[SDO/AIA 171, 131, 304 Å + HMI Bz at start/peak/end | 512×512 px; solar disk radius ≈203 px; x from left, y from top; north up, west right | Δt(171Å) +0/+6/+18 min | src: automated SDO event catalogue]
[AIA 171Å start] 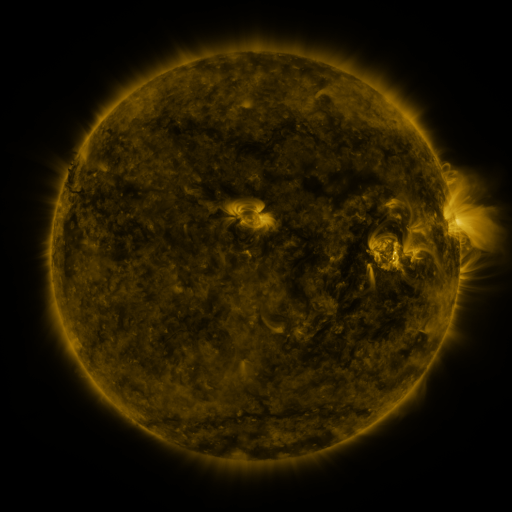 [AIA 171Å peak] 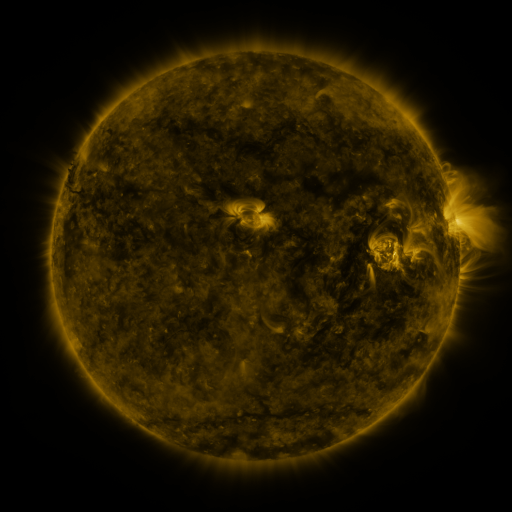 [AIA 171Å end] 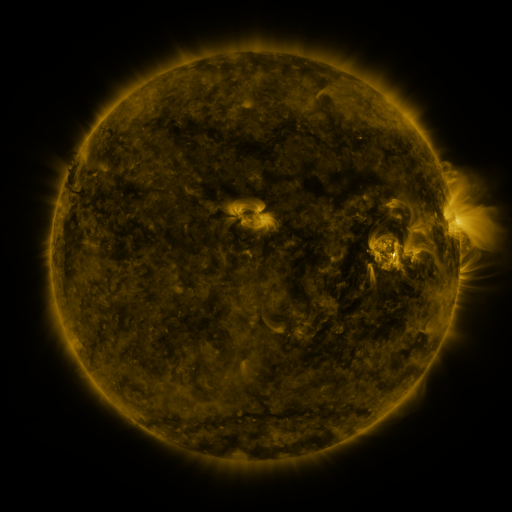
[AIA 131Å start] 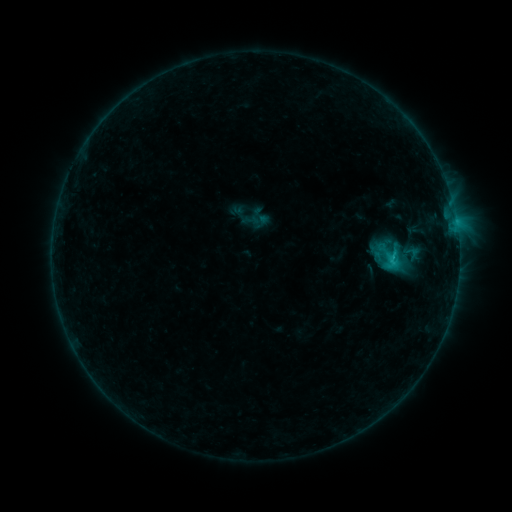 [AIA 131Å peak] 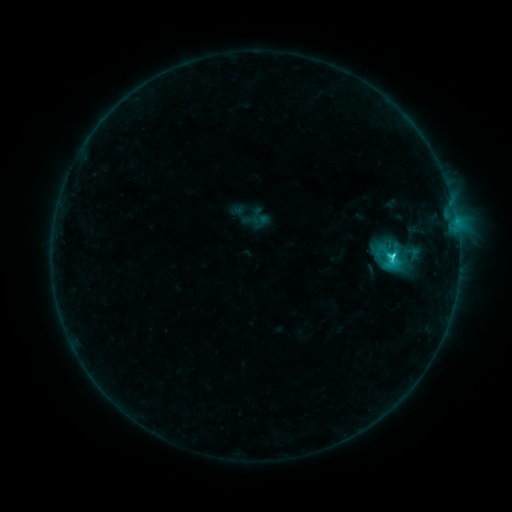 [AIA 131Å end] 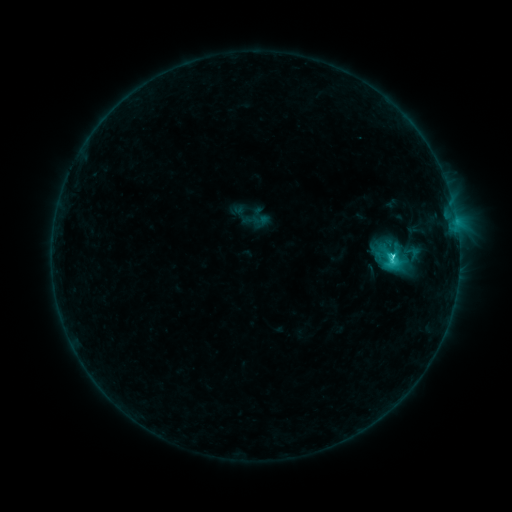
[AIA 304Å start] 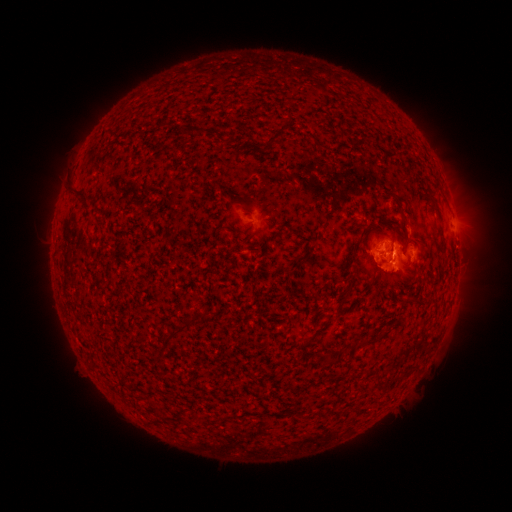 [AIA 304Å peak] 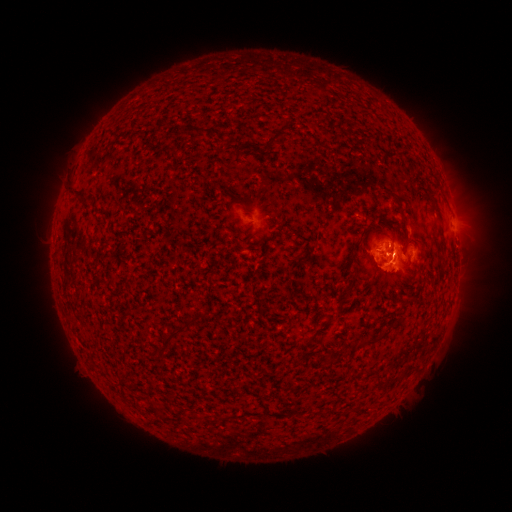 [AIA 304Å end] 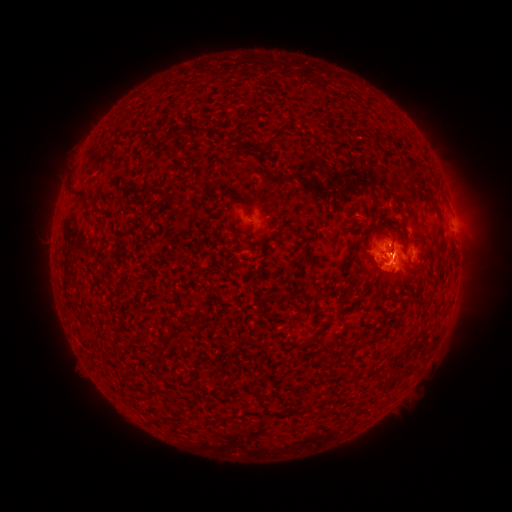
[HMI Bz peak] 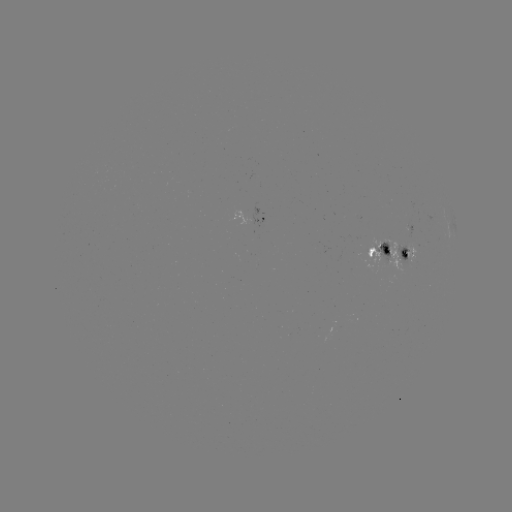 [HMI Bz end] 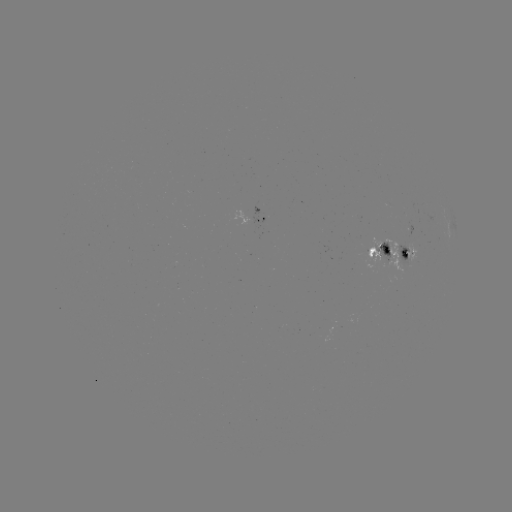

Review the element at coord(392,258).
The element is C3.7 flare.